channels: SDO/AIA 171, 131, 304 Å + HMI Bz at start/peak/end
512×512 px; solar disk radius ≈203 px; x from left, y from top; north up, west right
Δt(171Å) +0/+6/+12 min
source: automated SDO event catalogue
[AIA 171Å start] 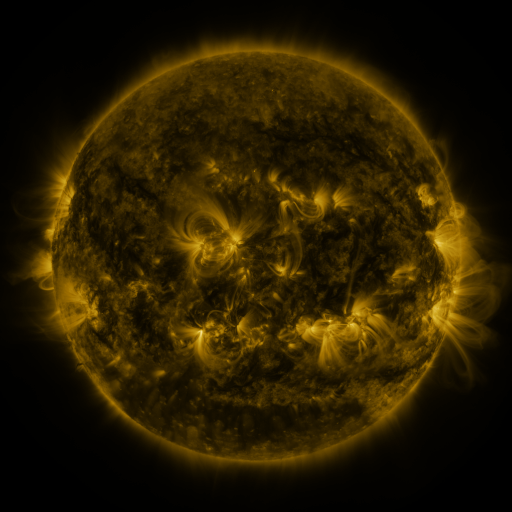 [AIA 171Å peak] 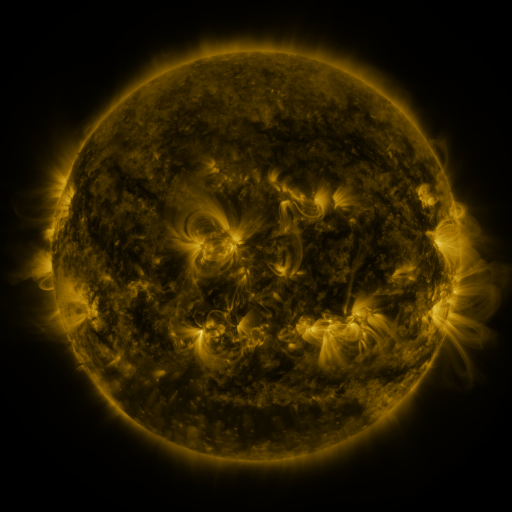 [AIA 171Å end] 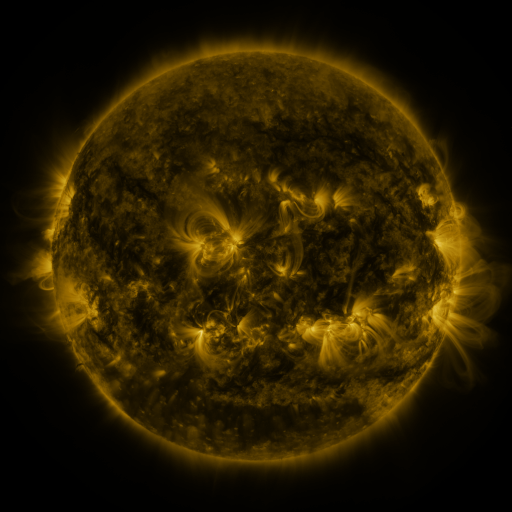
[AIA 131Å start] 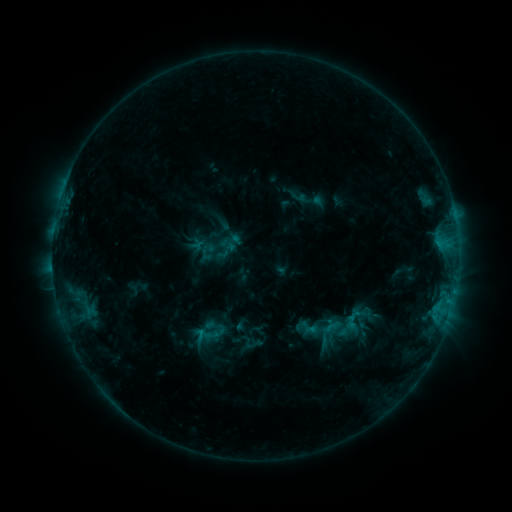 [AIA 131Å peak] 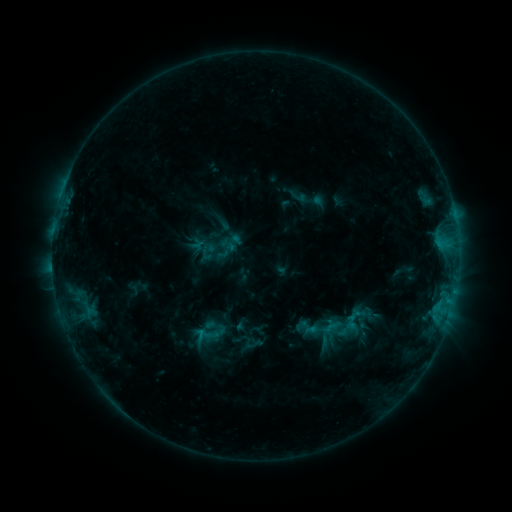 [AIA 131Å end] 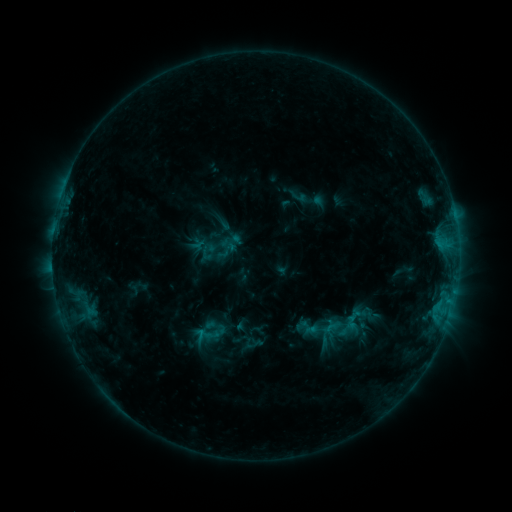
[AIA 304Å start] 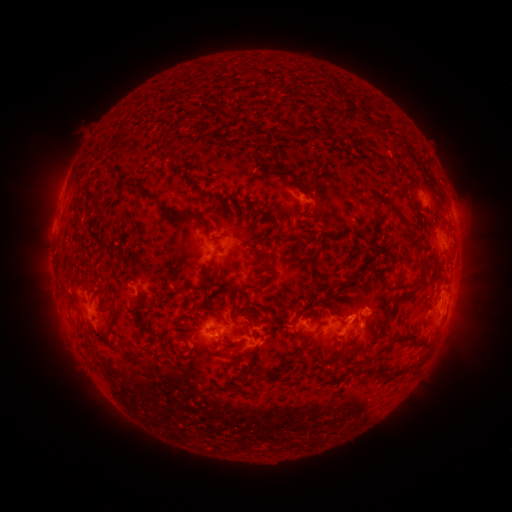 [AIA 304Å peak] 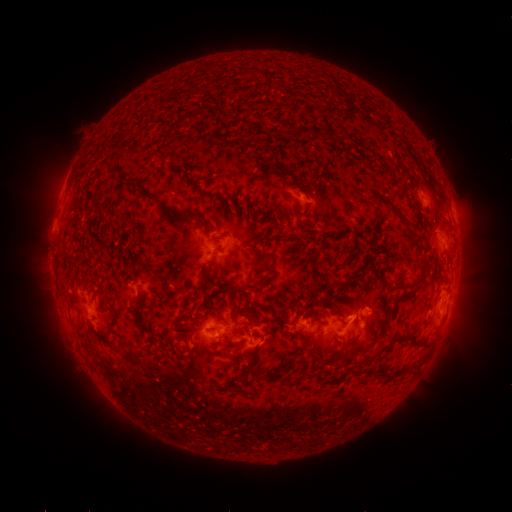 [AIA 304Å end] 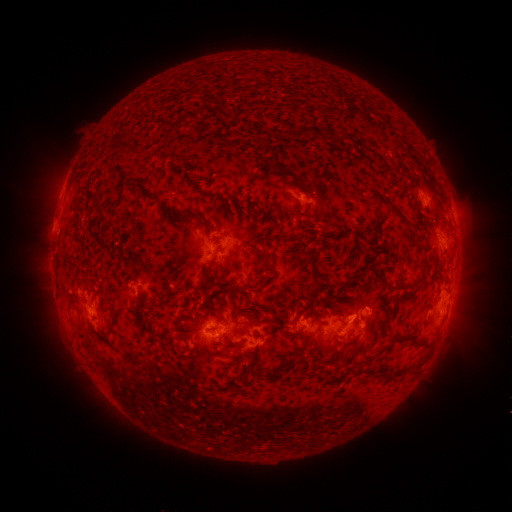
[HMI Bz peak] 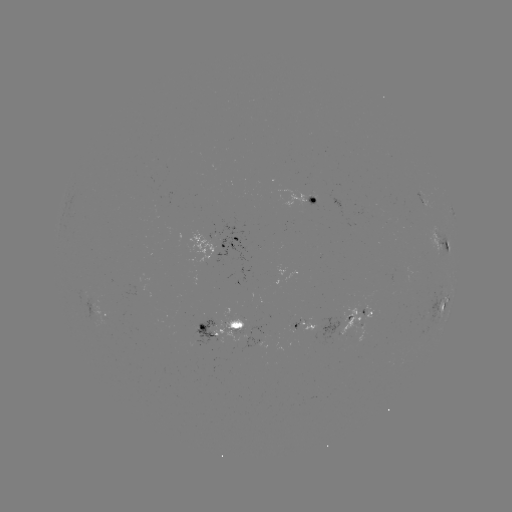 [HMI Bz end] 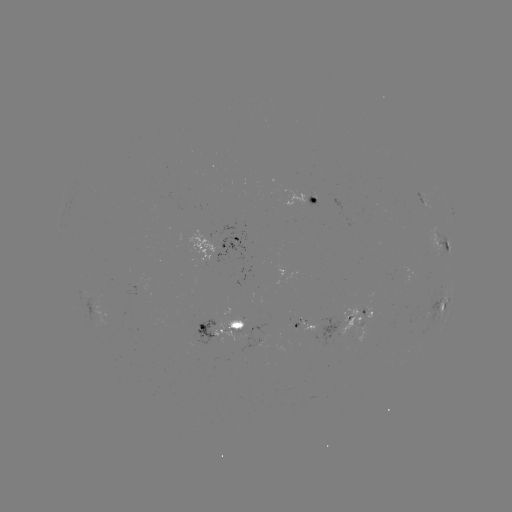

no flare in any classed list; no EUV-trigger detection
